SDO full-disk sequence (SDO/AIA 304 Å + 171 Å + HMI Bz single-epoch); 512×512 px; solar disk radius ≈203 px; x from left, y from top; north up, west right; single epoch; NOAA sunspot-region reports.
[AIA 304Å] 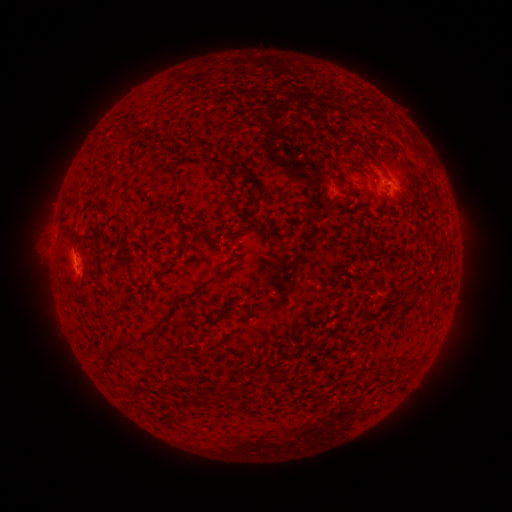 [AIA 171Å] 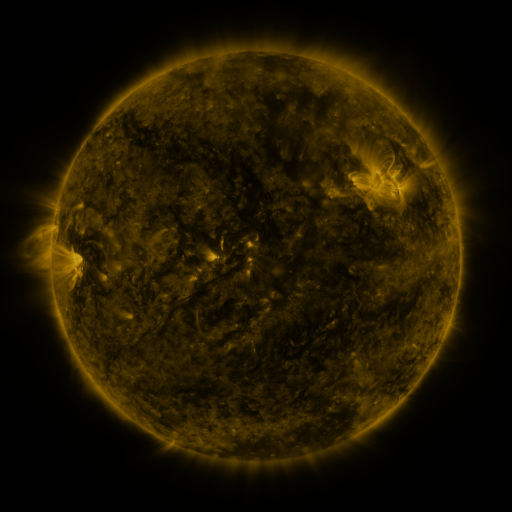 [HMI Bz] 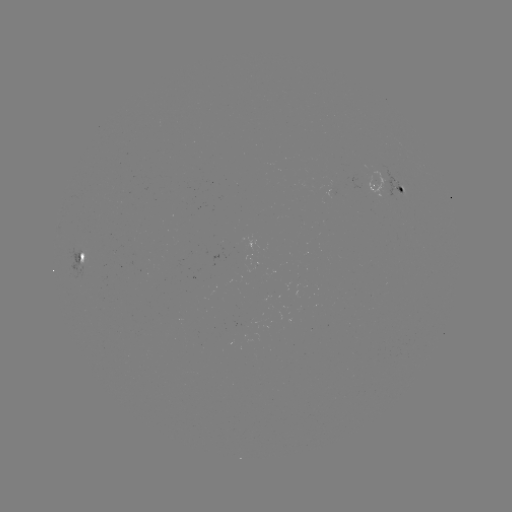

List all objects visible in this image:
spotted active region: (393, 193)
spotted active region: (81, 257)
